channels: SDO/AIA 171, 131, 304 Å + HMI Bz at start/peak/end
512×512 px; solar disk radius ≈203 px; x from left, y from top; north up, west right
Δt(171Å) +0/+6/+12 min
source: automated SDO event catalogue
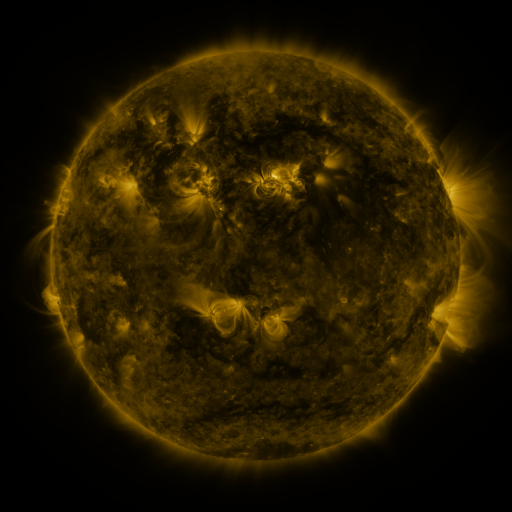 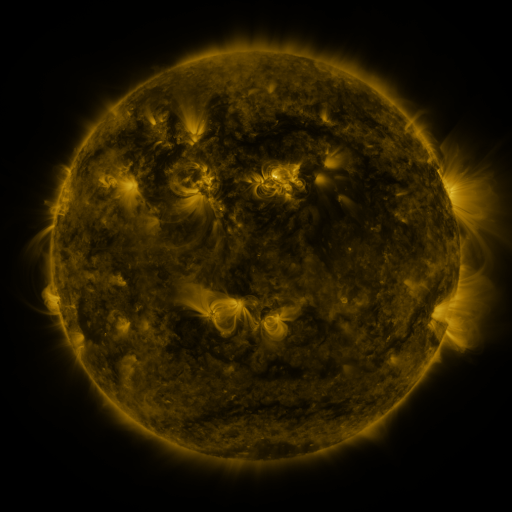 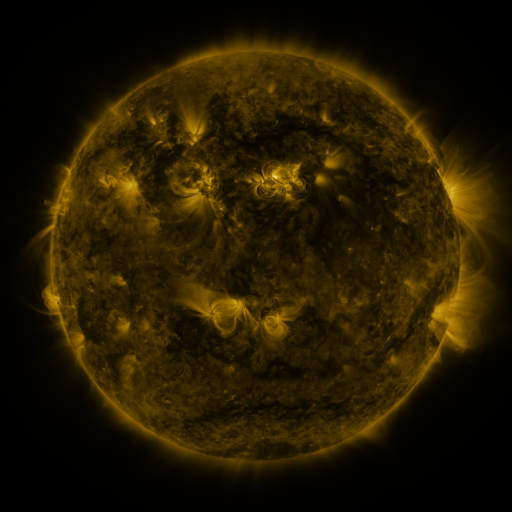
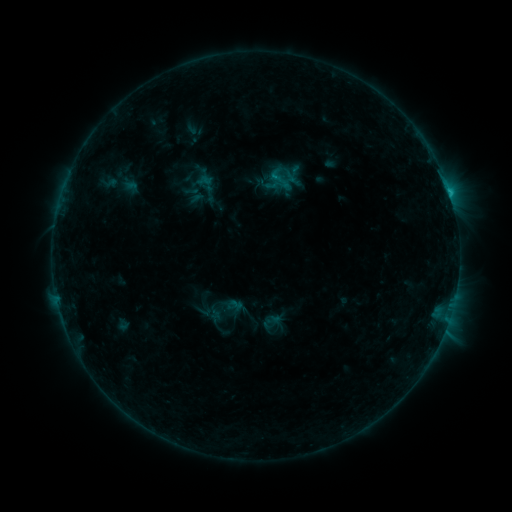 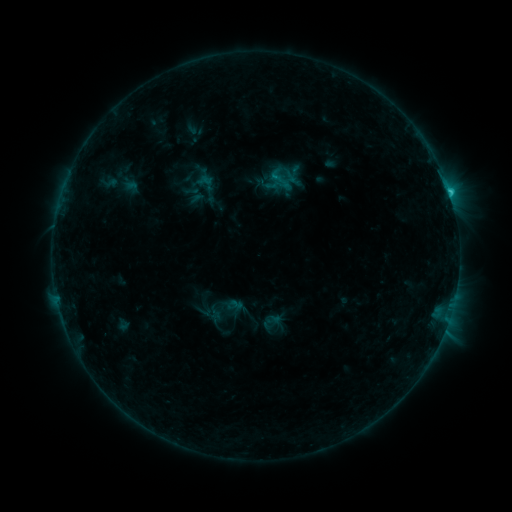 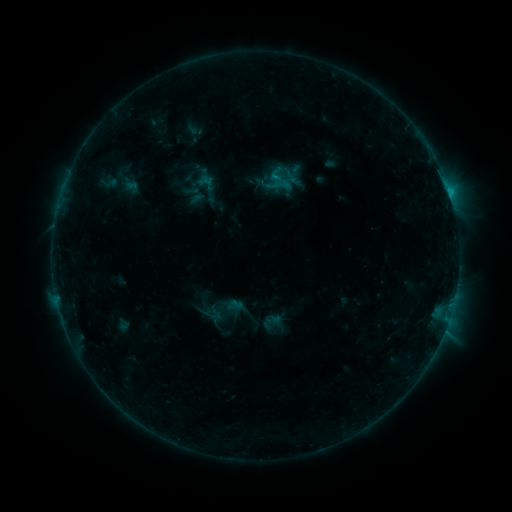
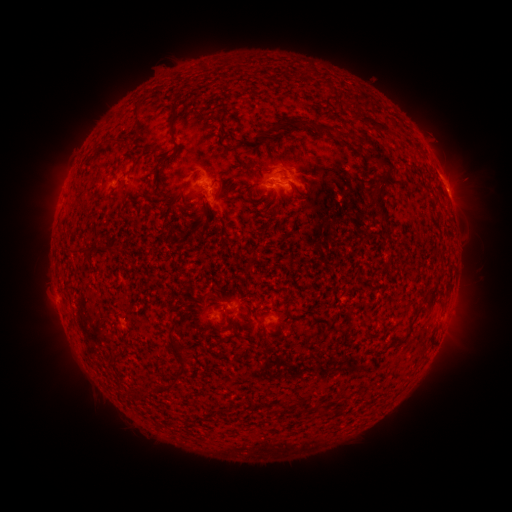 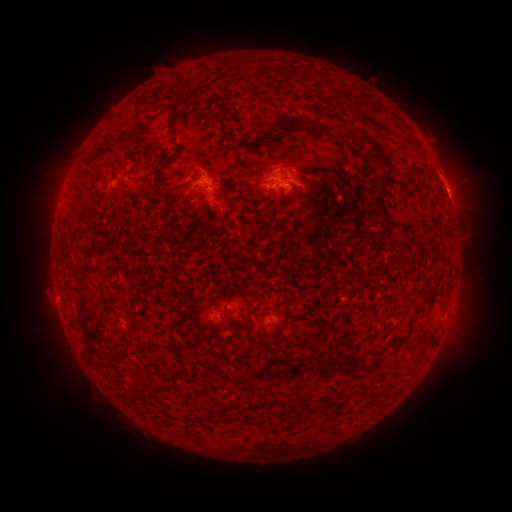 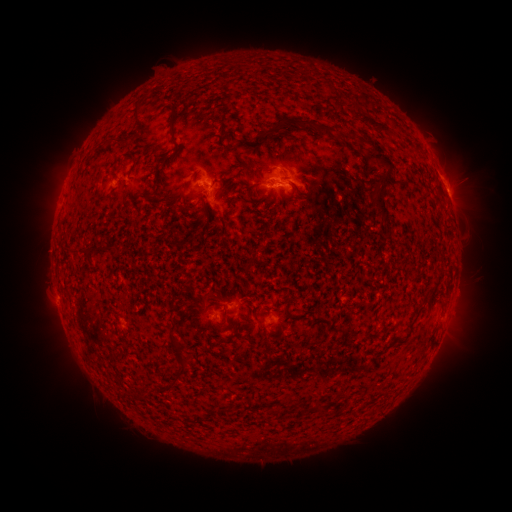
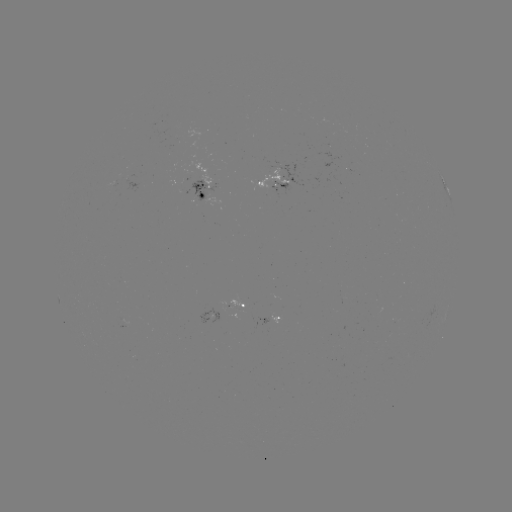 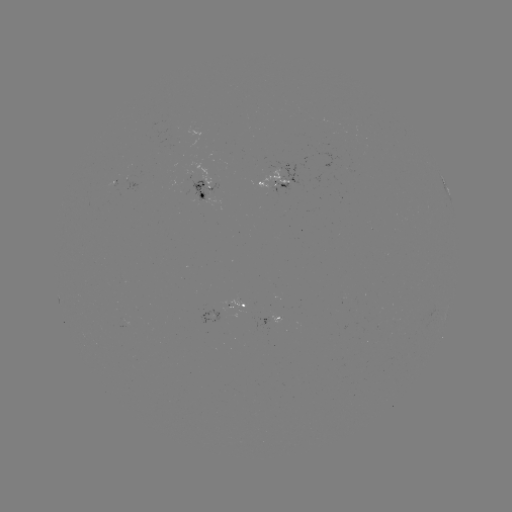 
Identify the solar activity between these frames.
C1.1 flare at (450, 195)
